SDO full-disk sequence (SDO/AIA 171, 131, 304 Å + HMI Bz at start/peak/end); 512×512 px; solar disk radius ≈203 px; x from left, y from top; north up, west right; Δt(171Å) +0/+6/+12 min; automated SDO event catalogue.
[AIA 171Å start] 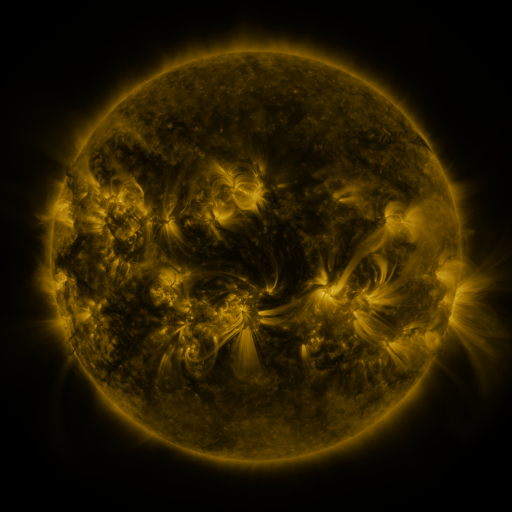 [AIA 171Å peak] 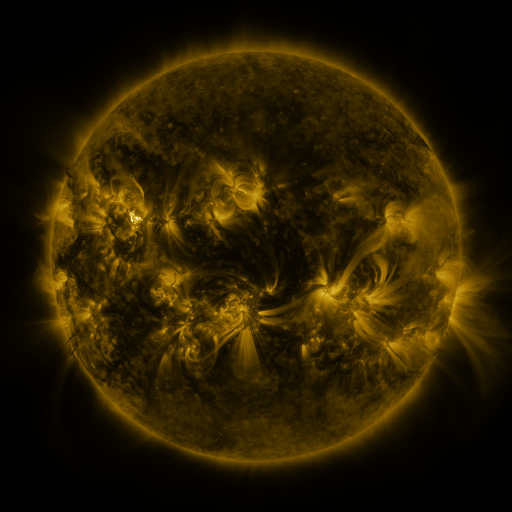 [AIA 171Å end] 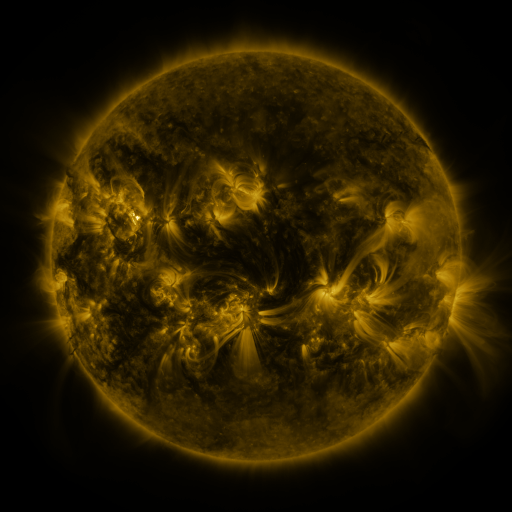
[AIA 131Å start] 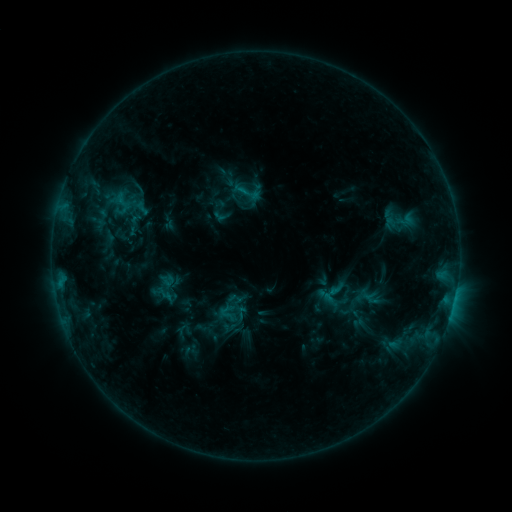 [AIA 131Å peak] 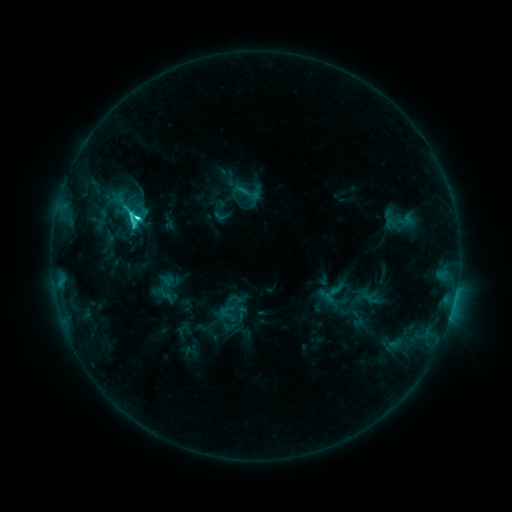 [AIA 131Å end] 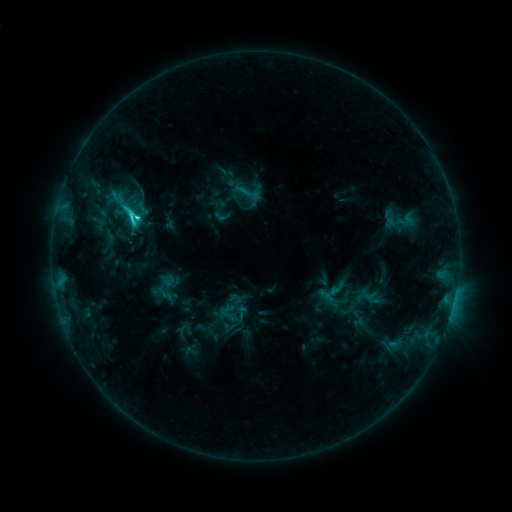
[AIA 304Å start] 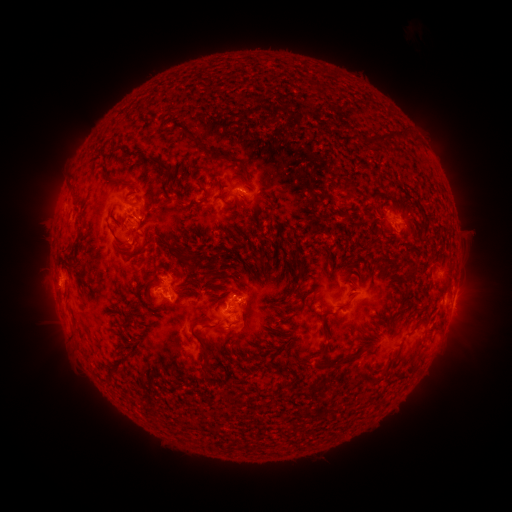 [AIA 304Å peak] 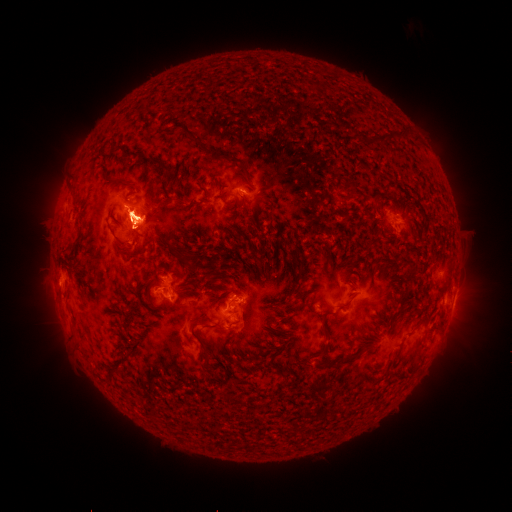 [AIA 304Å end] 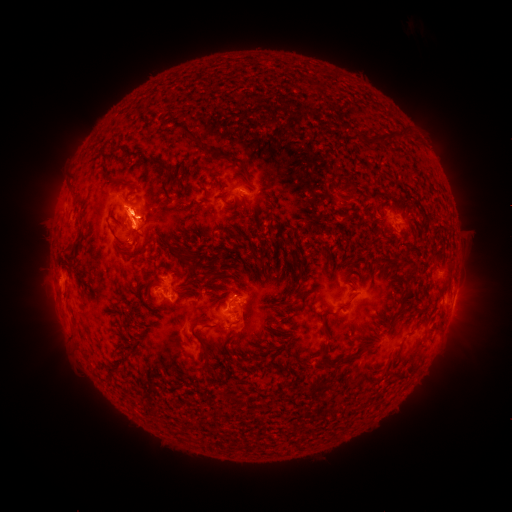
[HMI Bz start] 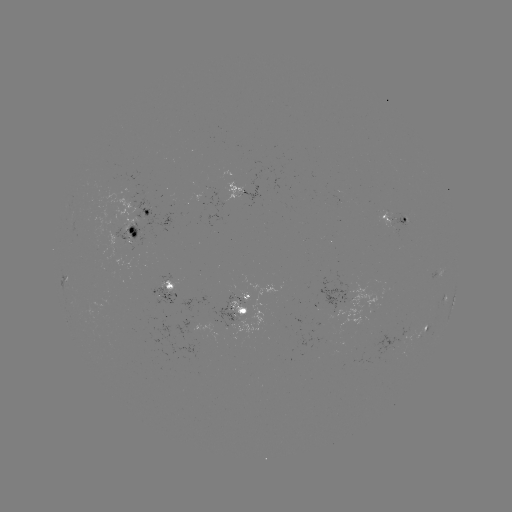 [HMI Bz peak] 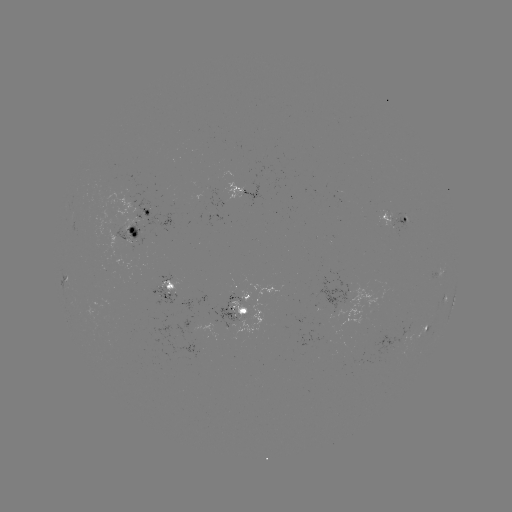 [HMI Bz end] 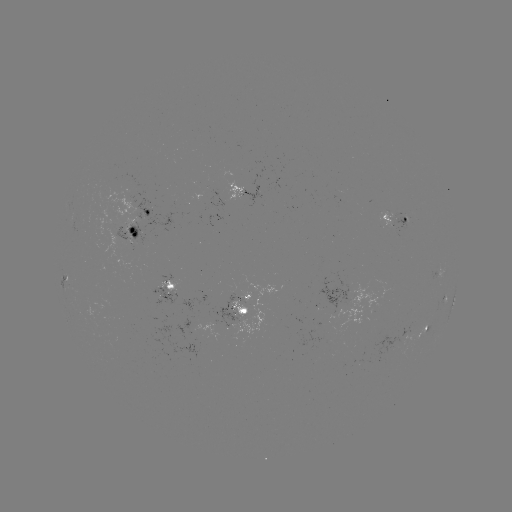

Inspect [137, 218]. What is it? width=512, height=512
C5.9 flare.